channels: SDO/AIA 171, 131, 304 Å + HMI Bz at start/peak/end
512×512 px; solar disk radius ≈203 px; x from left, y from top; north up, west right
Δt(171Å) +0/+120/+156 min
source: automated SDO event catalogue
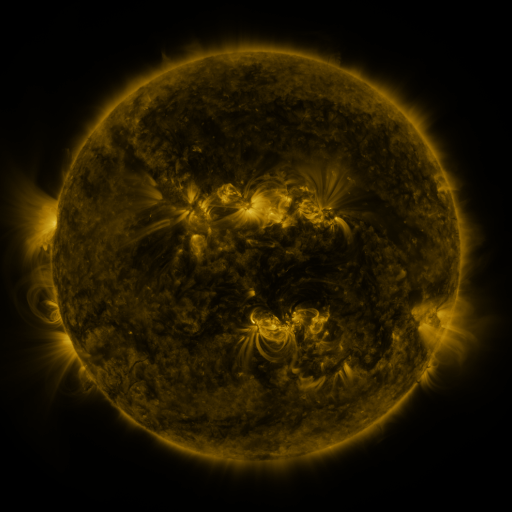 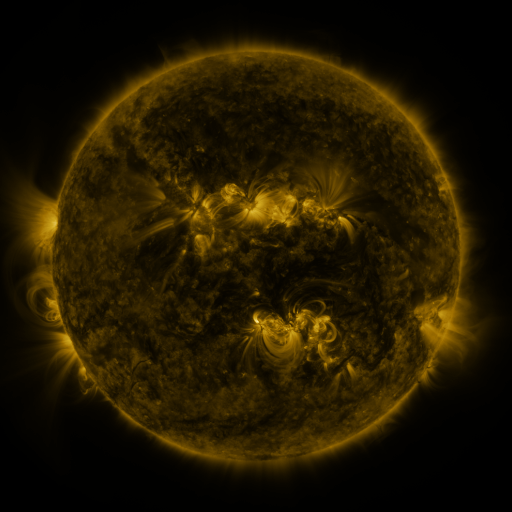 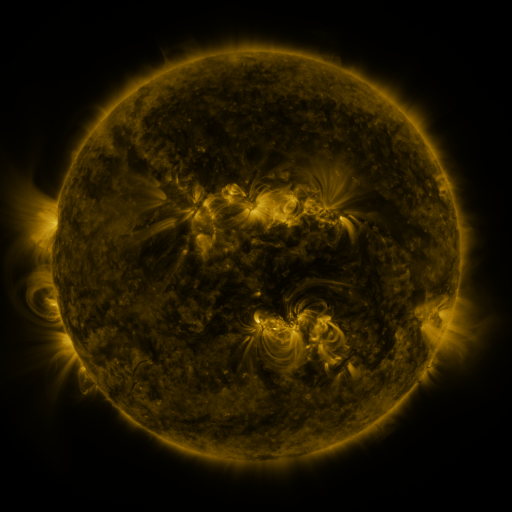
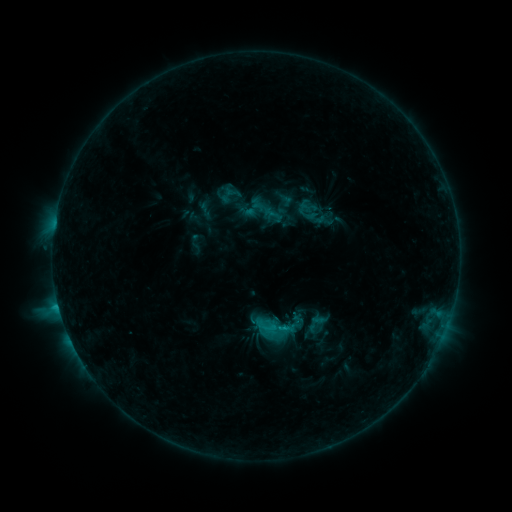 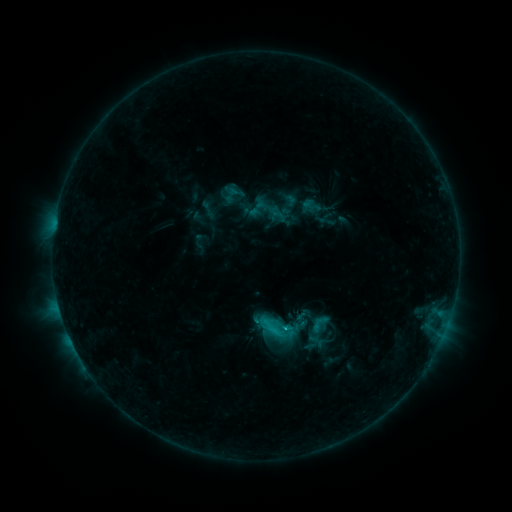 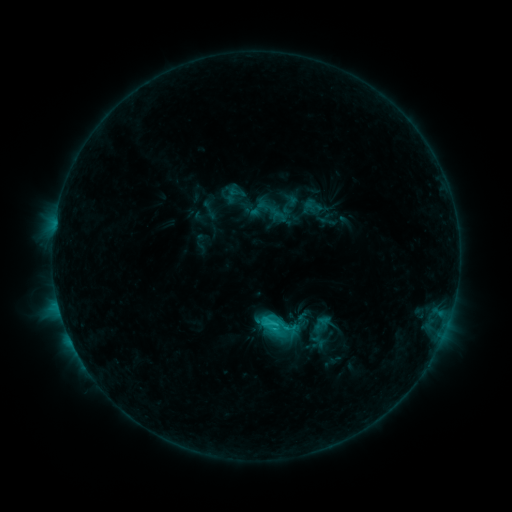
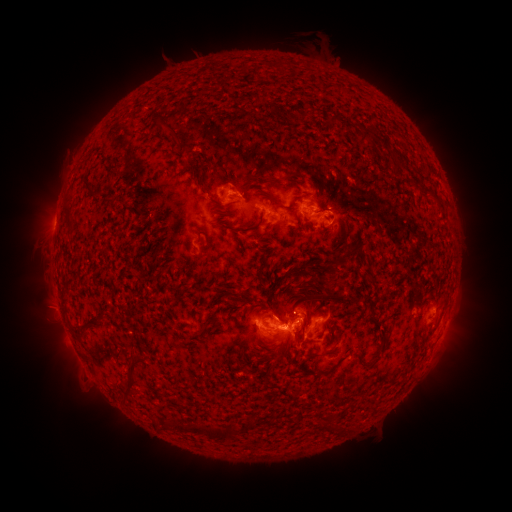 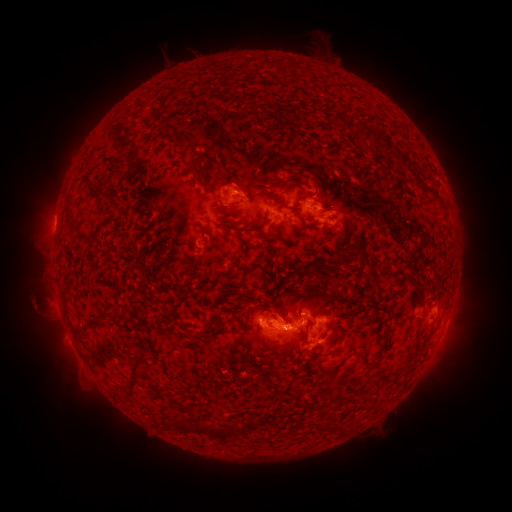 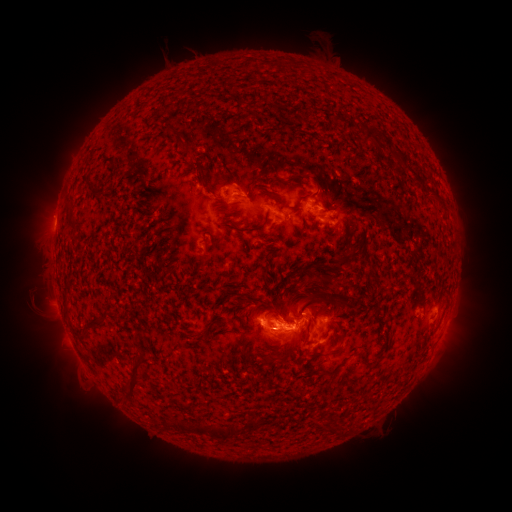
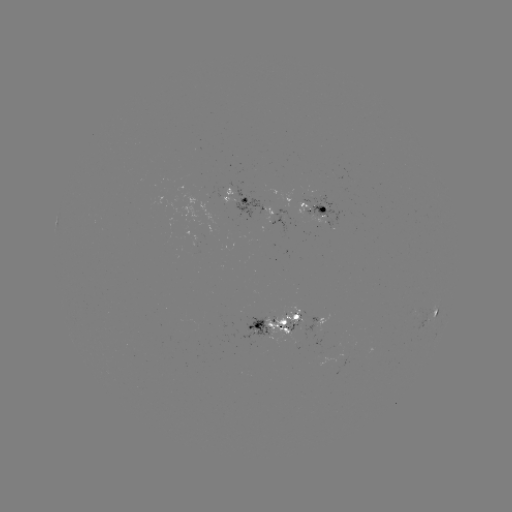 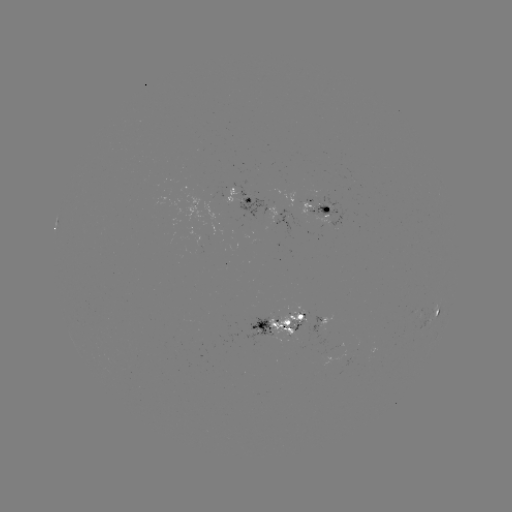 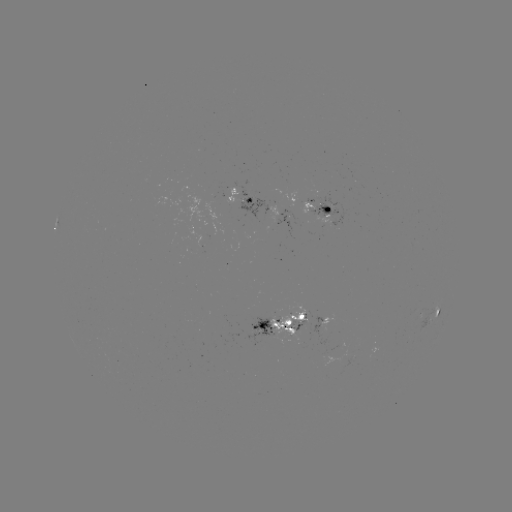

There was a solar emerging-flux region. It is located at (322, 206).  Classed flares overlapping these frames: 1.